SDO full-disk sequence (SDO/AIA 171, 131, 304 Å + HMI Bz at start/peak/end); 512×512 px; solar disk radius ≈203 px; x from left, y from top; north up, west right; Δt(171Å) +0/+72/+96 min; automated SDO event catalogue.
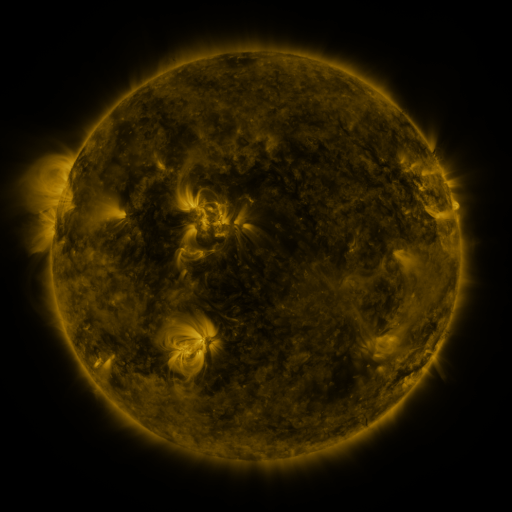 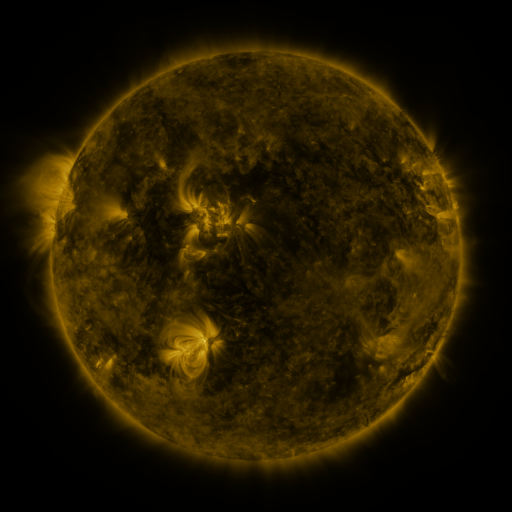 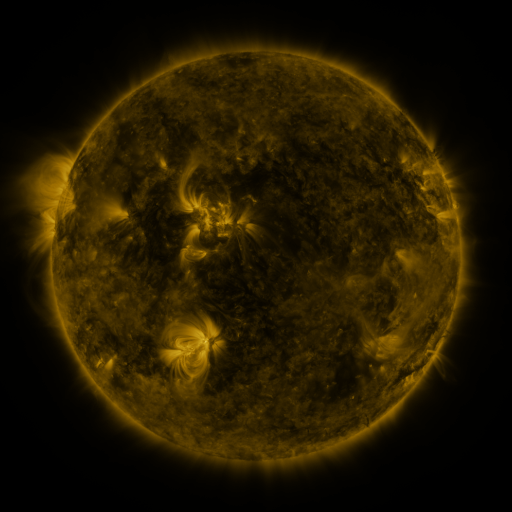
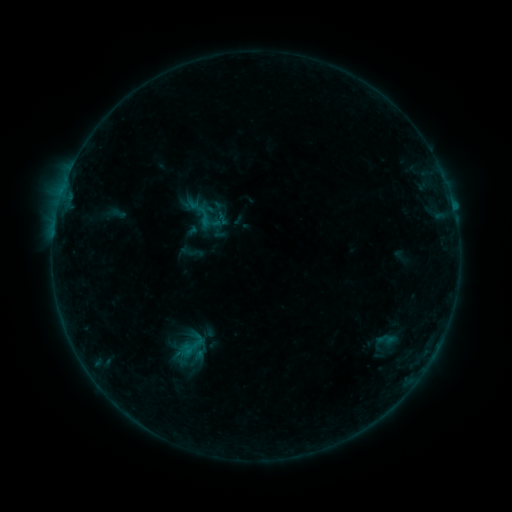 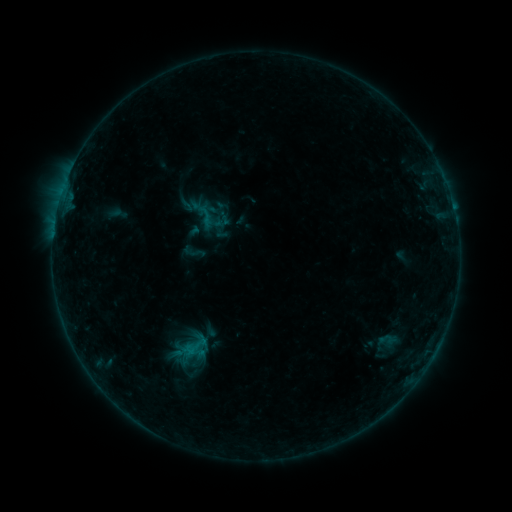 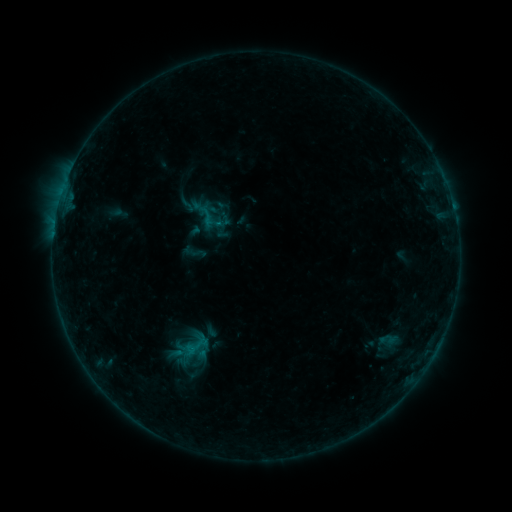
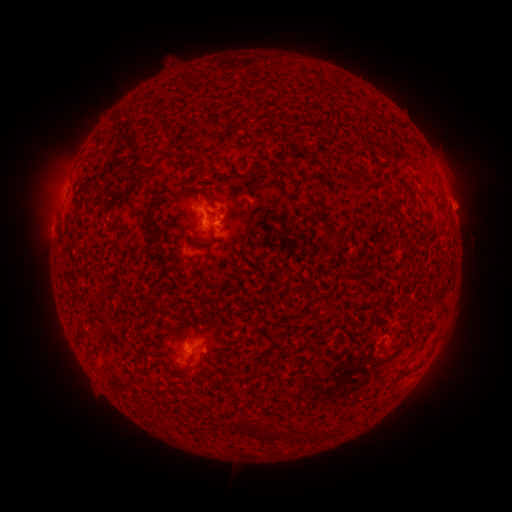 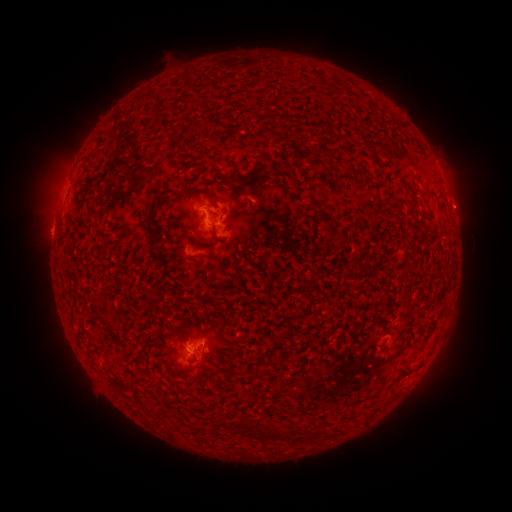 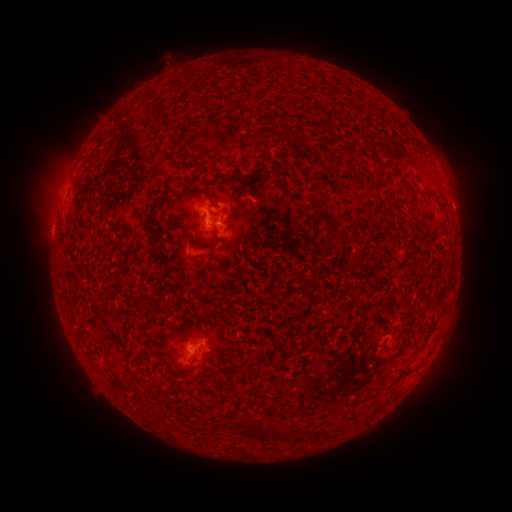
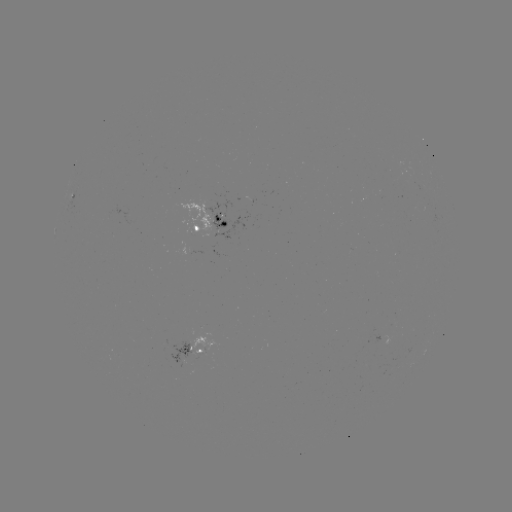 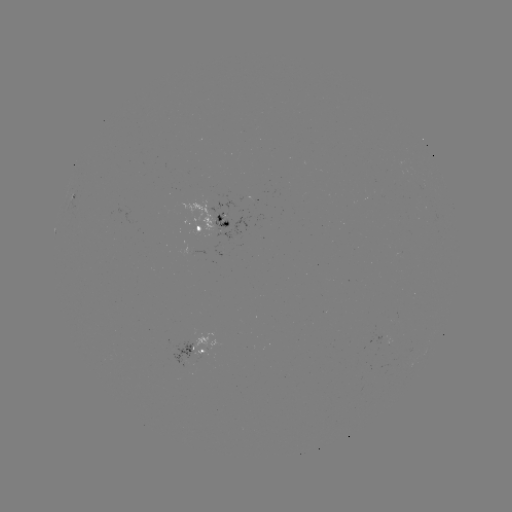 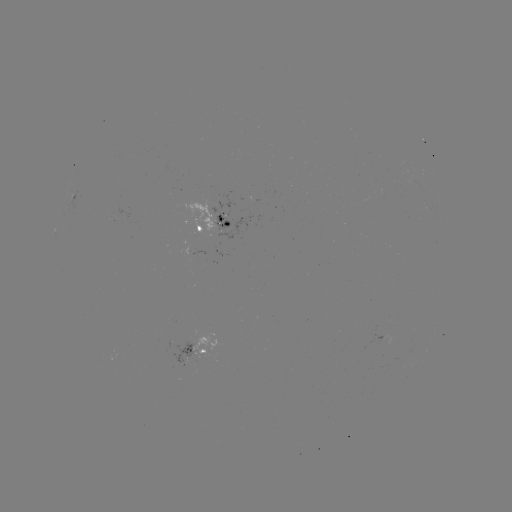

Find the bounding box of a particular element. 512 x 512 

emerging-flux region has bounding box [191, 249, 206, 255].